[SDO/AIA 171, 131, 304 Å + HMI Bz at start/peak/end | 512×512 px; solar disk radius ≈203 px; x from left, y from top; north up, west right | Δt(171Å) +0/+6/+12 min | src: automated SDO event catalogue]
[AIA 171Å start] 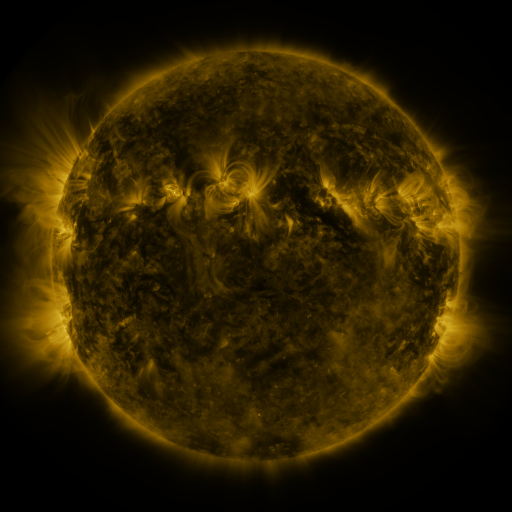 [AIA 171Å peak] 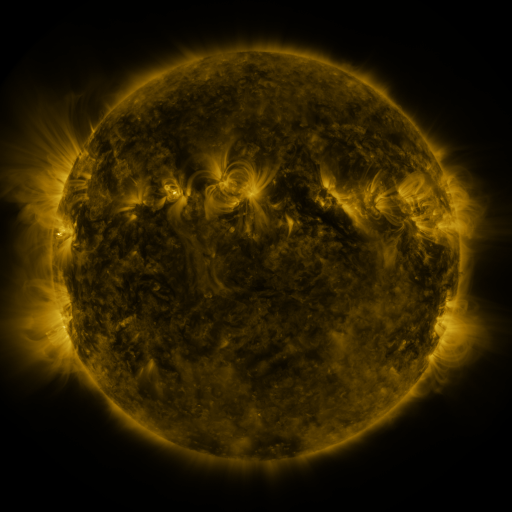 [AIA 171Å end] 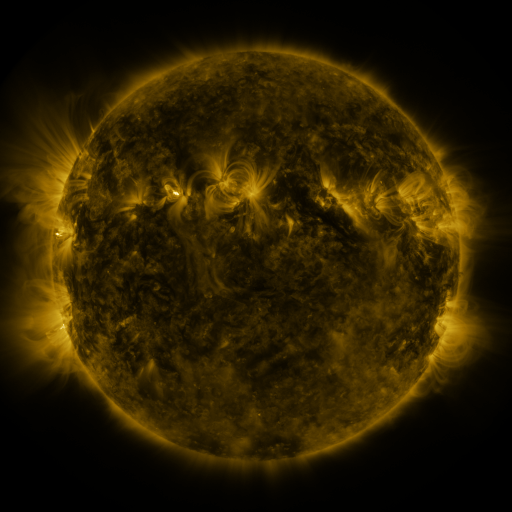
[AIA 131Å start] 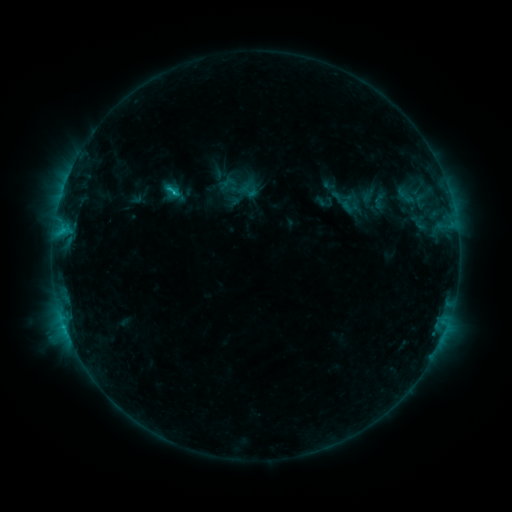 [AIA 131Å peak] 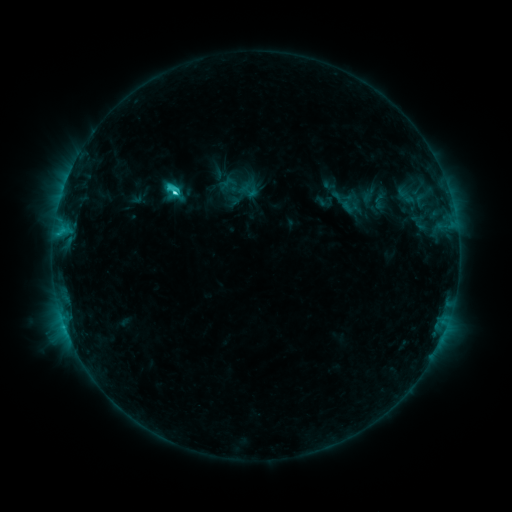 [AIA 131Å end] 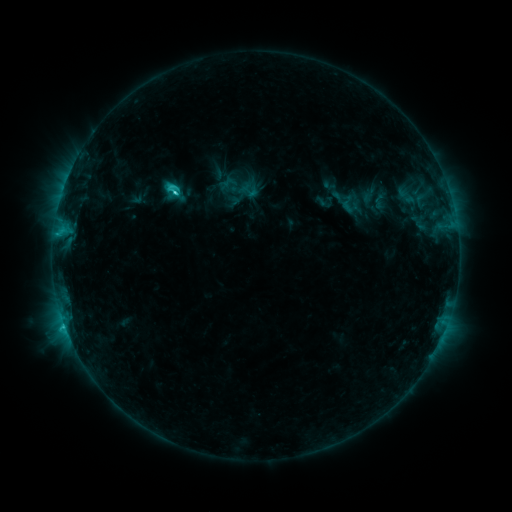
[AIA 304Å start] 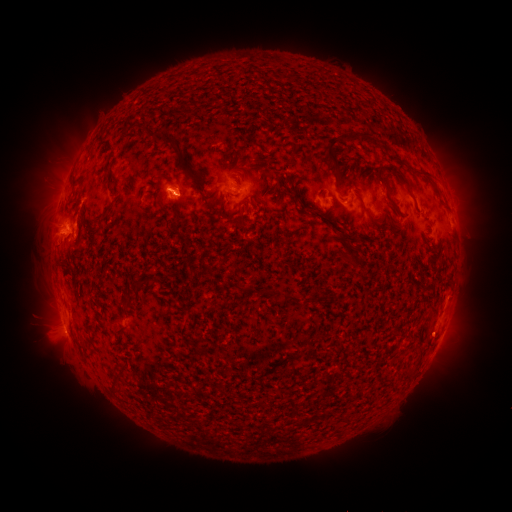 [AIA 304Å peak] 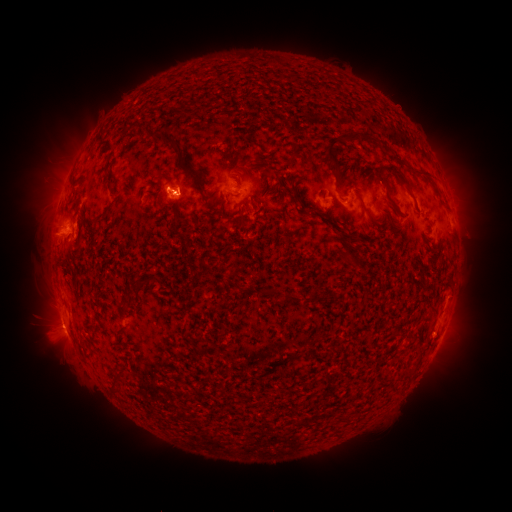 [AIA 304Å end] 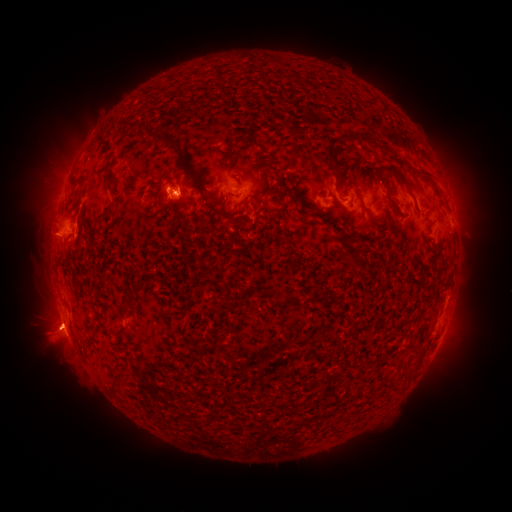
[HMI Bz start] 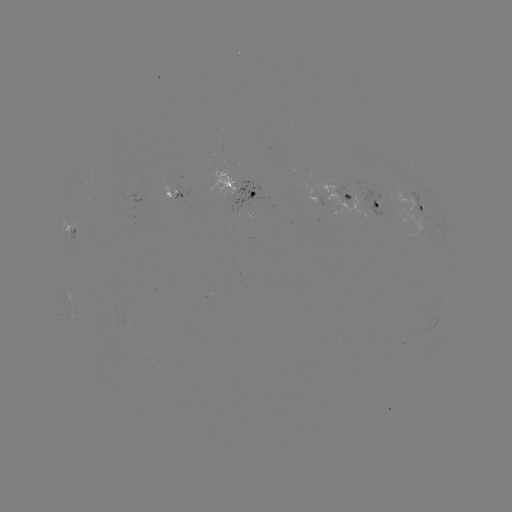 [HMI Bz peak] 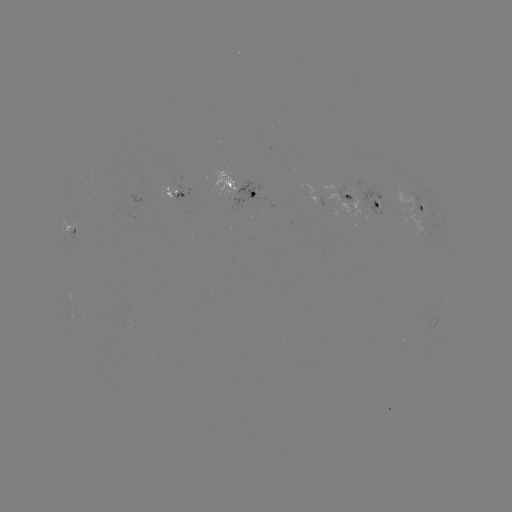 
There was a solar flare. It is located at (177, 193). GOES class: C3.2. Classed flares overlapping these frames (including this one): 1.